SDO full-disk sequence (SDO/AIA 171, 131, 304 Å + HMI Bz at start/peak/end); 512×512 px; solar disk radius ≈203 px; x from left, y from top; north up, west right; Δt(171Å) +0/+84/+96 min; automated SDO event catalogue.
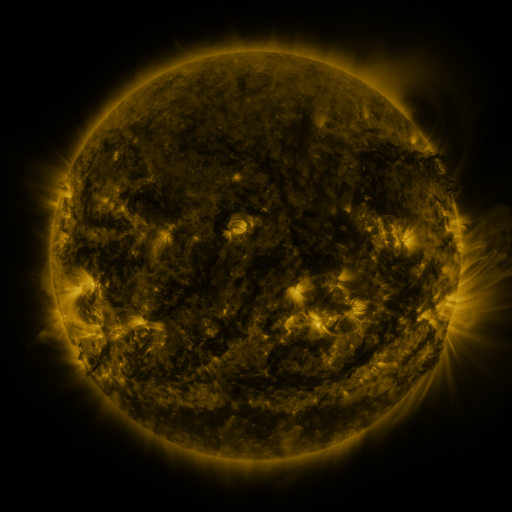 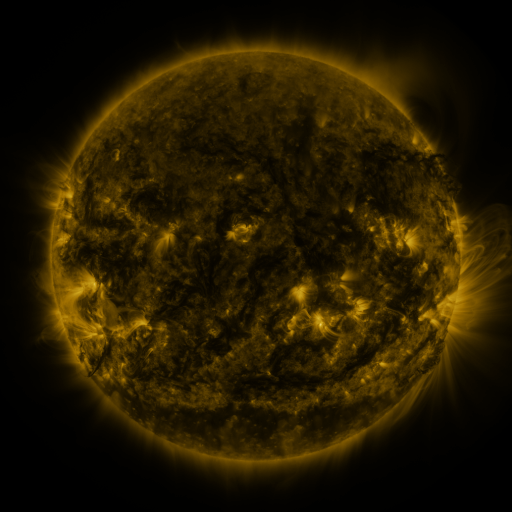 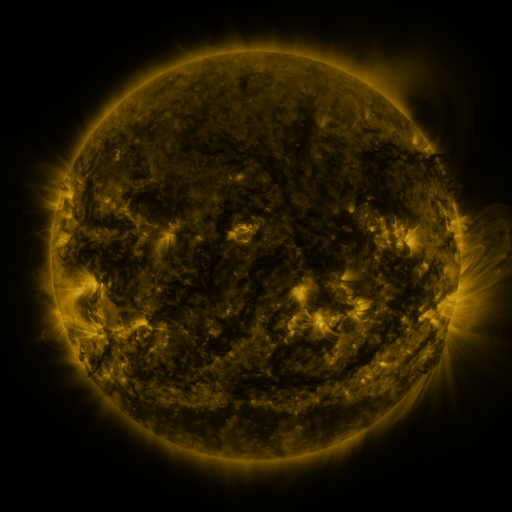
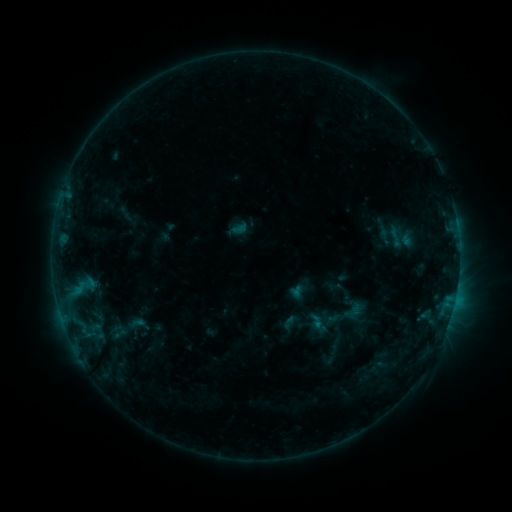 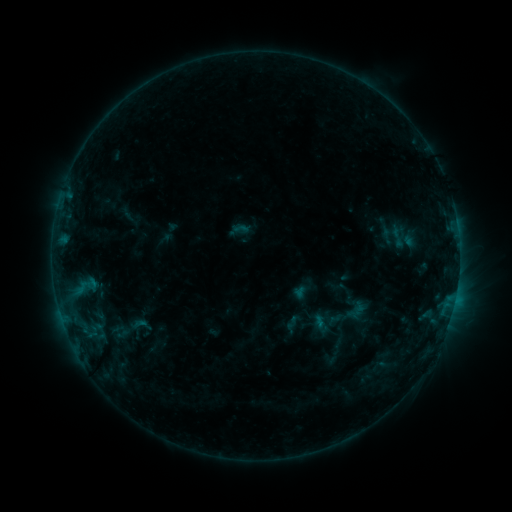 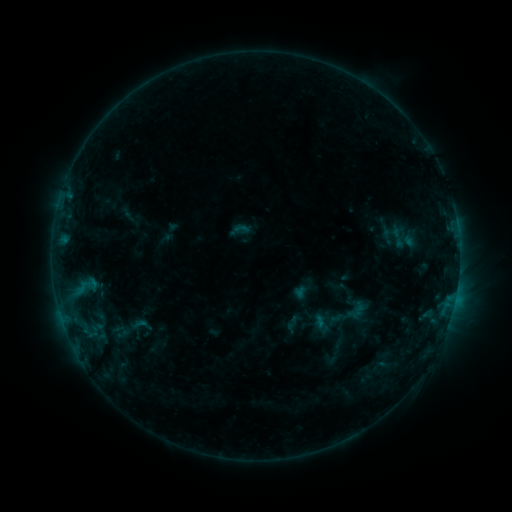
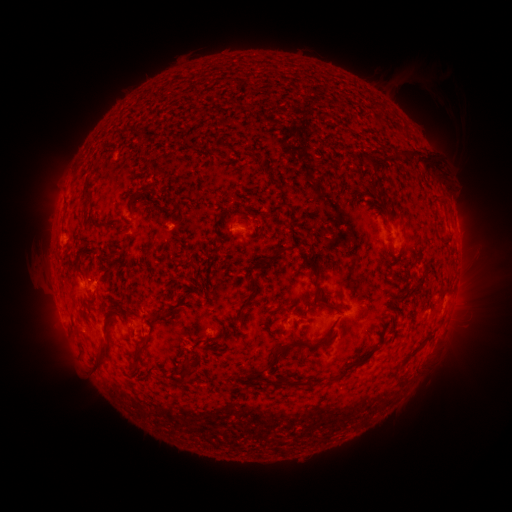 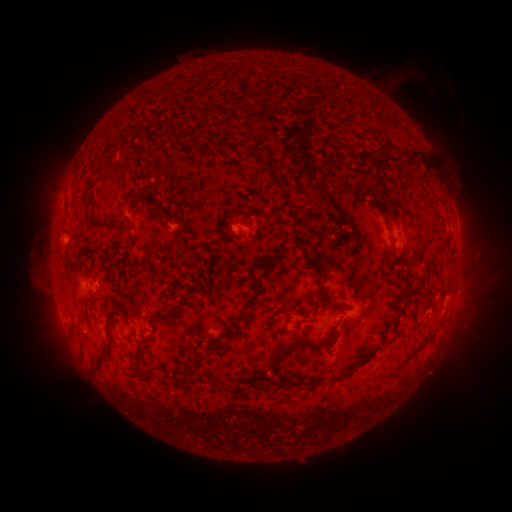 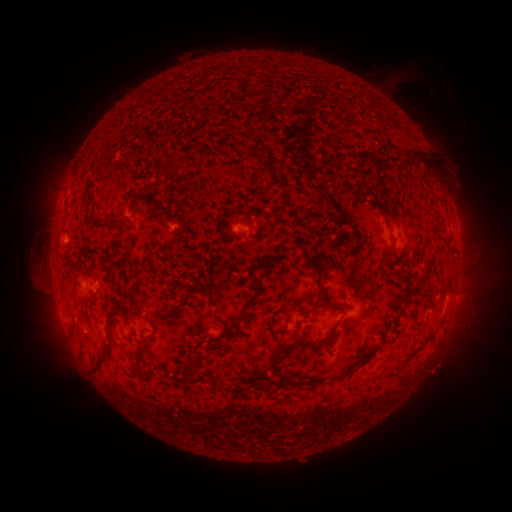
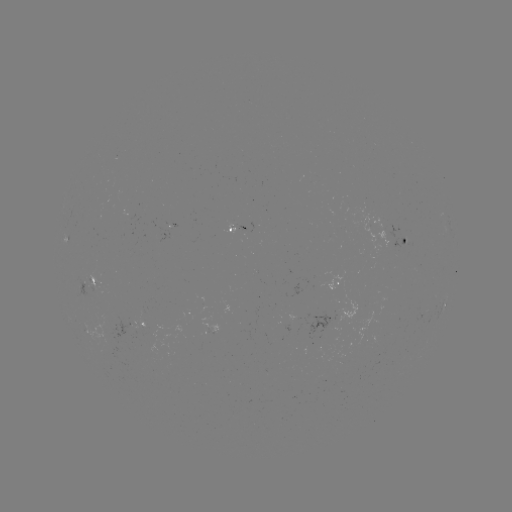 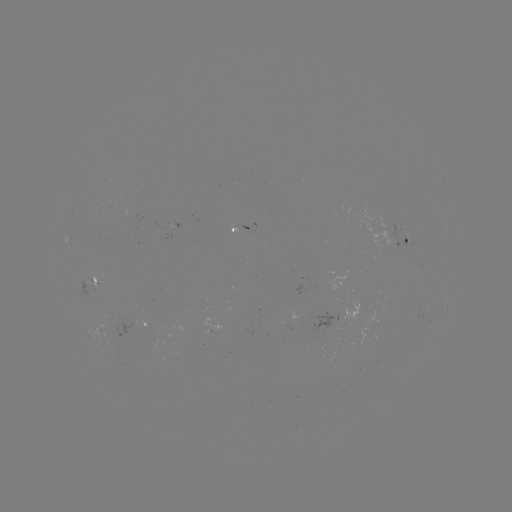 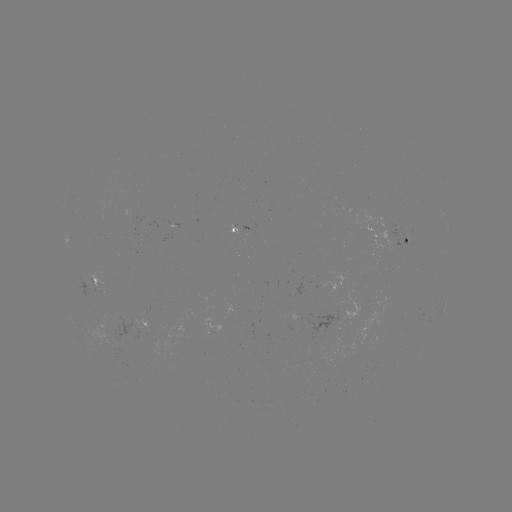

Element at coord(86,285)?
emerging-flux region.